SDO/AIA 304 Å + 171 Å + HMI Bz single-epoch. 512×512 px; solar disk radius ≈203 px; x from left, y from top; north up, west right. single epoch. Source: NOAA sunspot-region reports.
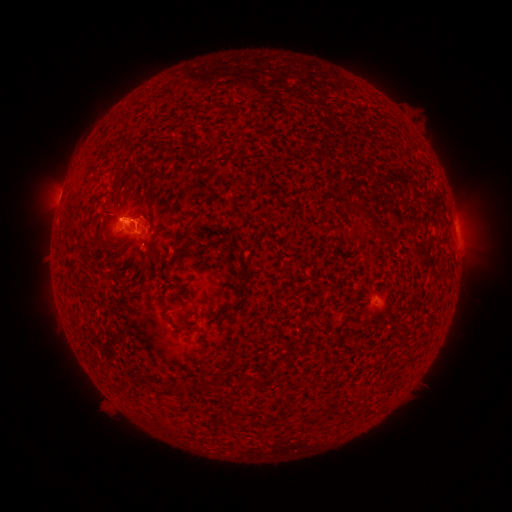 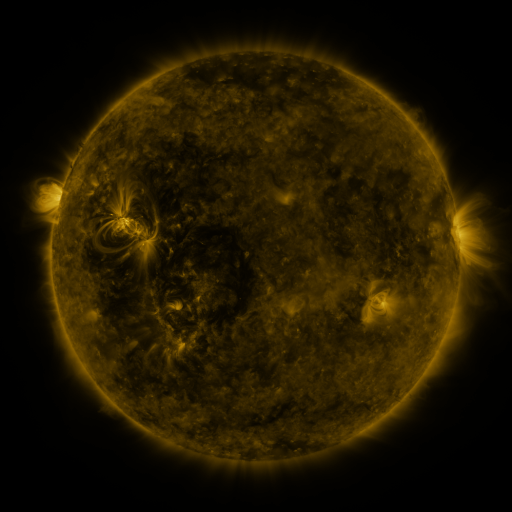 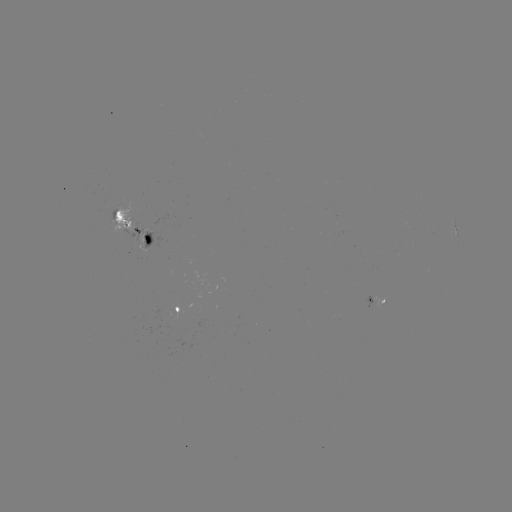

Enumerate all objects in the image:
spotted active region: (133, 230)
spotted active region: (456, 230)
spotted active region: (377, 304)
spotted active region: (177, 307)
